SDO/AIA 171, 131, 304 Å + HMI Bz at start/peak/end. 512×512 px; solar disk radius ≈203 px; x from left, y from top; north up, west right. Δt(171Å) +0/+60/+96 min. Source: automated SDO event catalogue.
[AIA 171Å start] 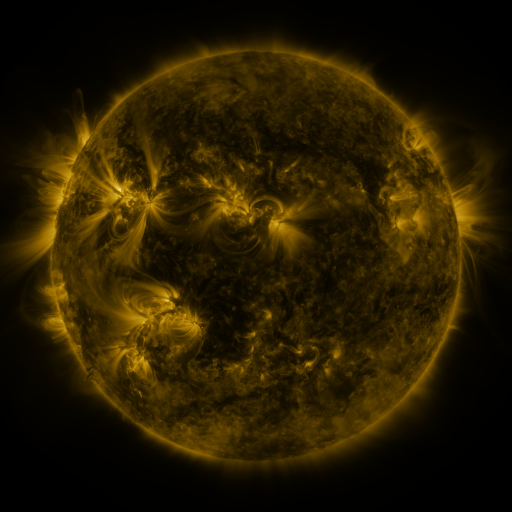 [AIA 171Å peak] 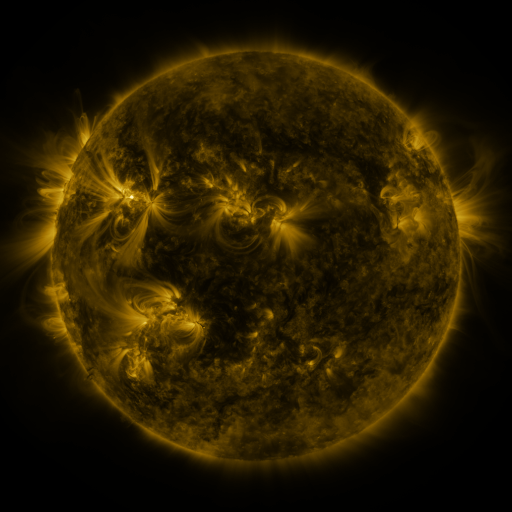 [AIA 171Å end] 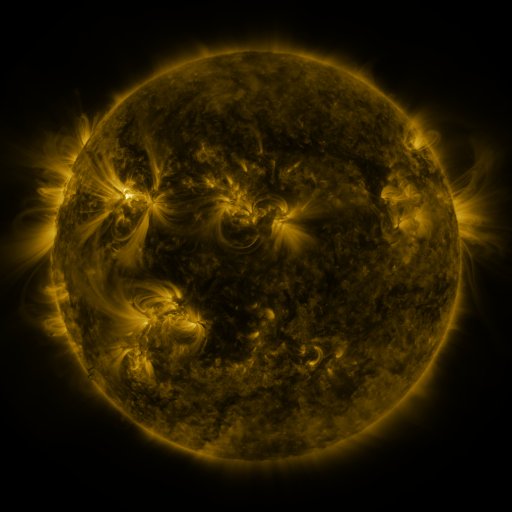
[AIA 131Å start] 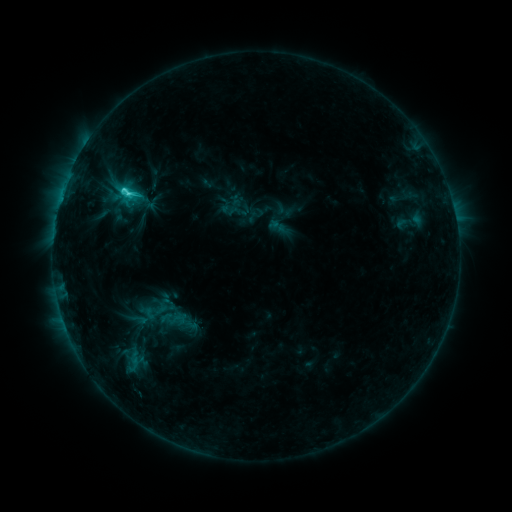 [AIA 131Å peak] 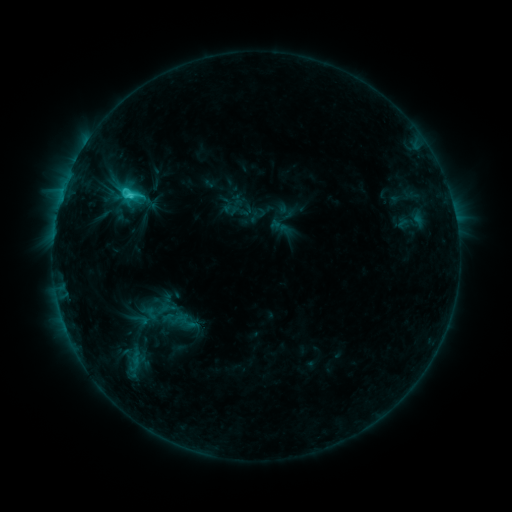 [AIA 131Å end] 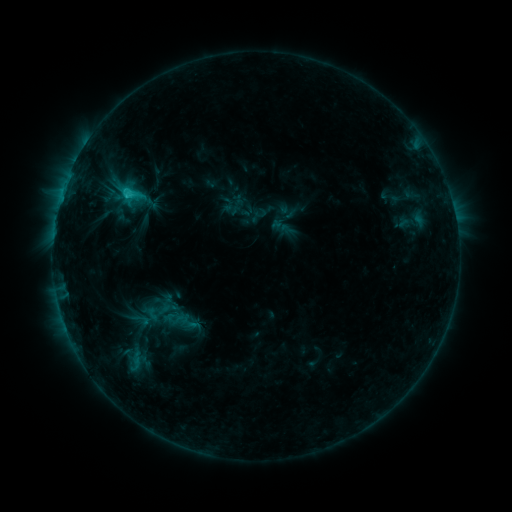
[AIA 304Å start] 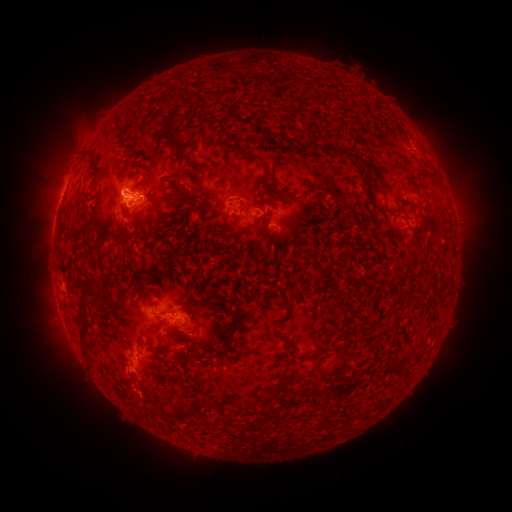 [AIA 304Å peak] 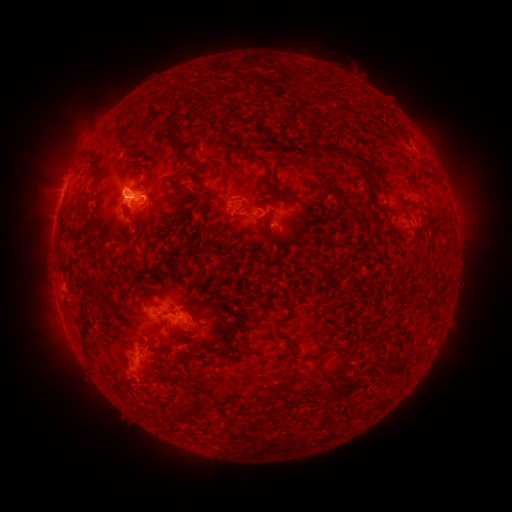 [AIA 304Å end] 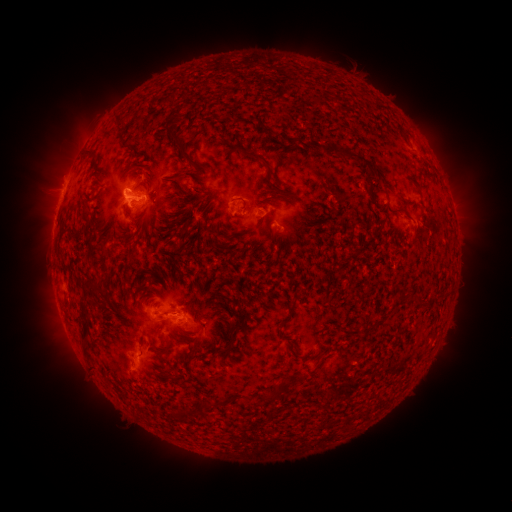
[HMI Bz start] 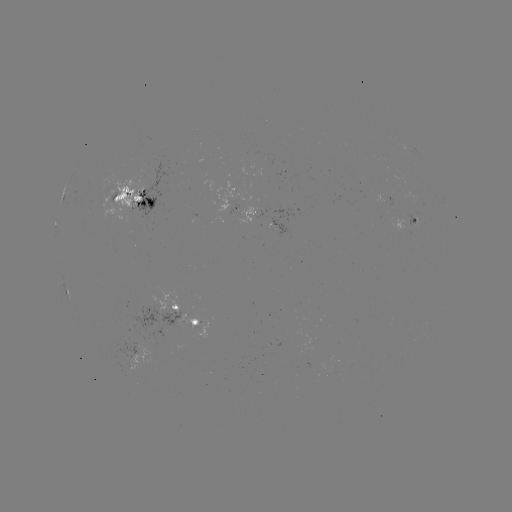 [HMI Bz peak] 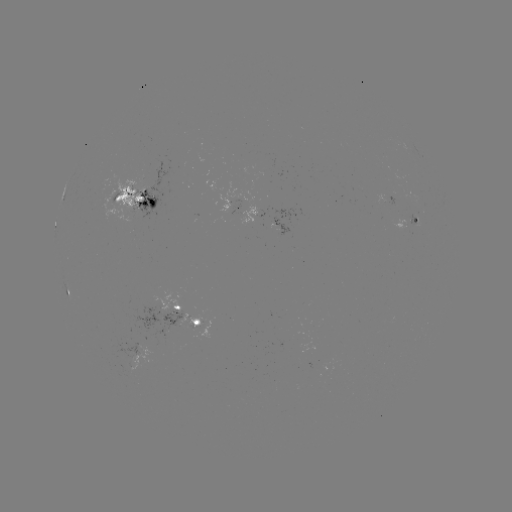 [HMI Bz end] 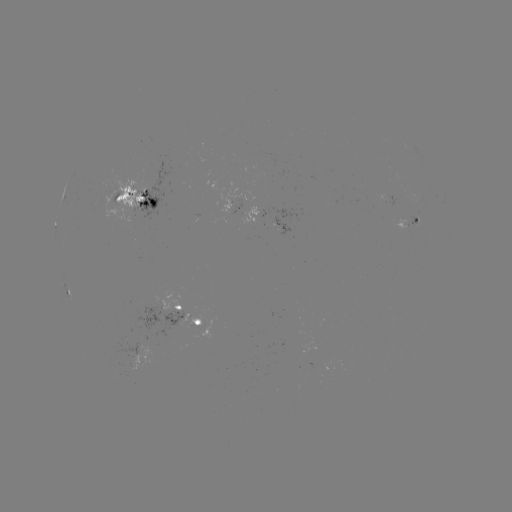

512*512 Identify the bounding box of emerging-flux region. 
[390, 220, 413, 236].